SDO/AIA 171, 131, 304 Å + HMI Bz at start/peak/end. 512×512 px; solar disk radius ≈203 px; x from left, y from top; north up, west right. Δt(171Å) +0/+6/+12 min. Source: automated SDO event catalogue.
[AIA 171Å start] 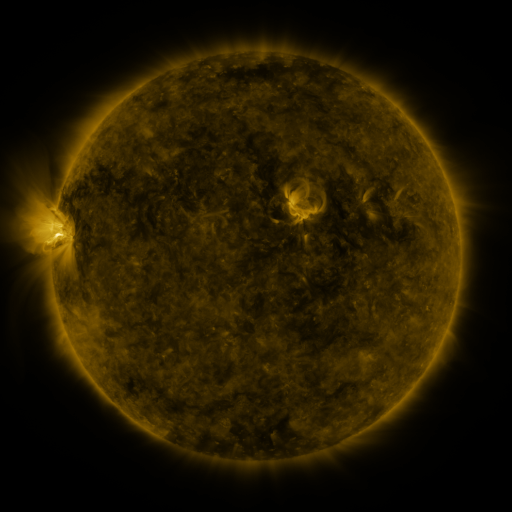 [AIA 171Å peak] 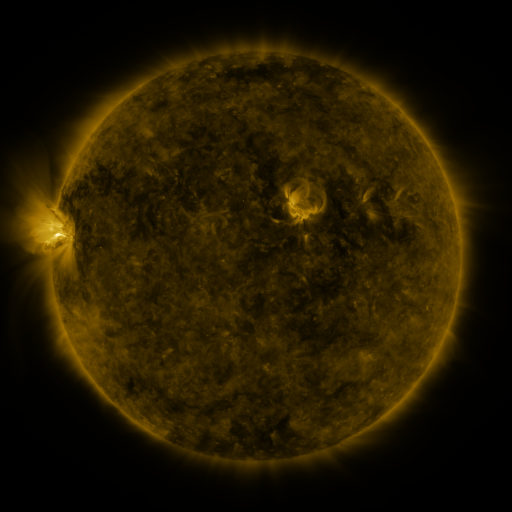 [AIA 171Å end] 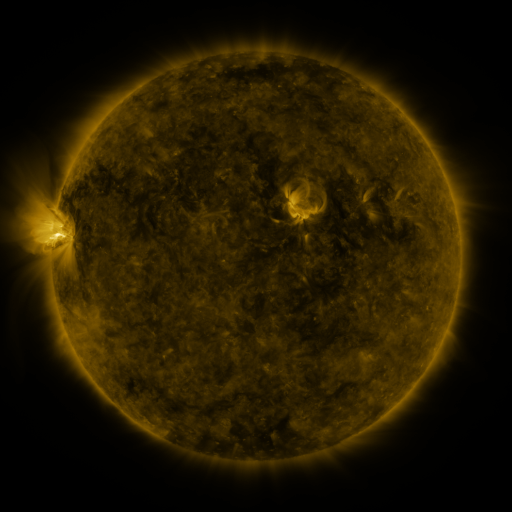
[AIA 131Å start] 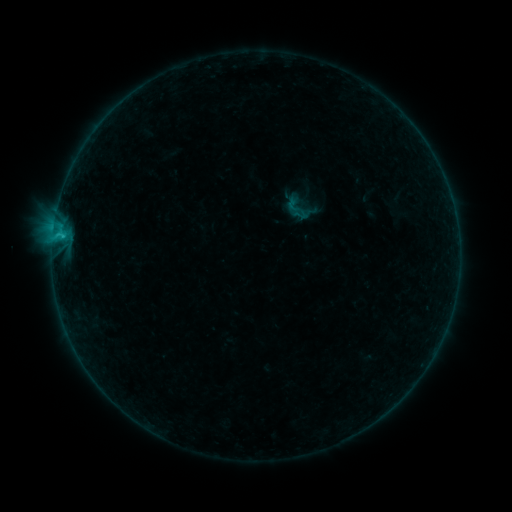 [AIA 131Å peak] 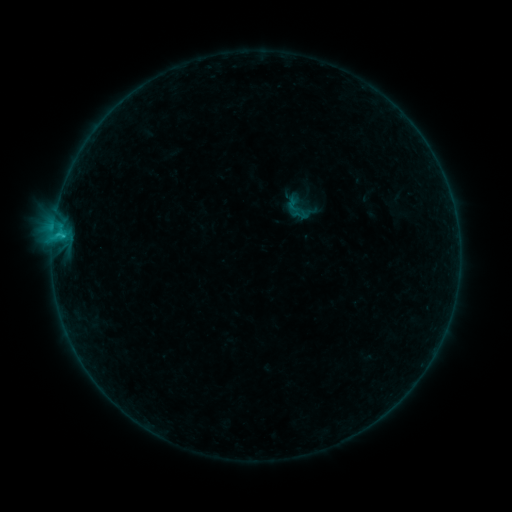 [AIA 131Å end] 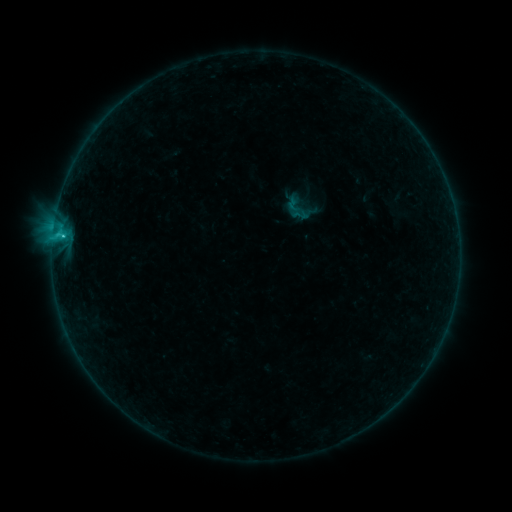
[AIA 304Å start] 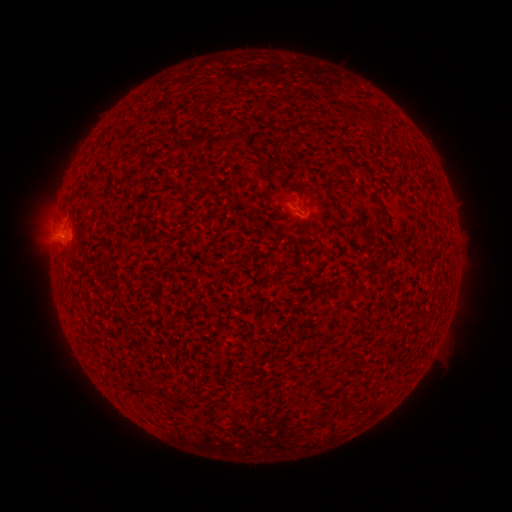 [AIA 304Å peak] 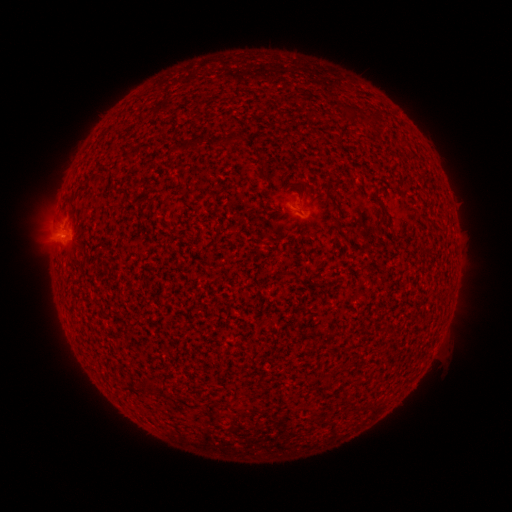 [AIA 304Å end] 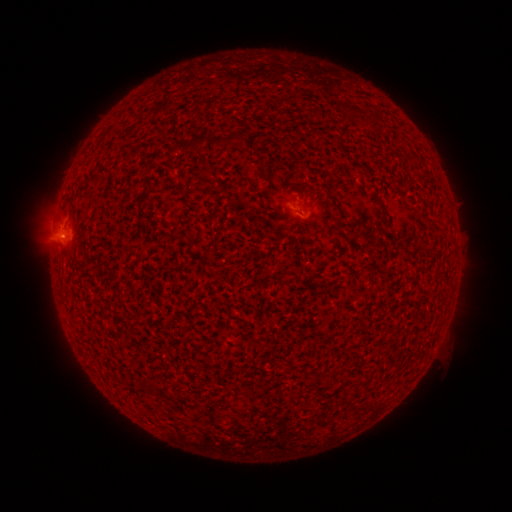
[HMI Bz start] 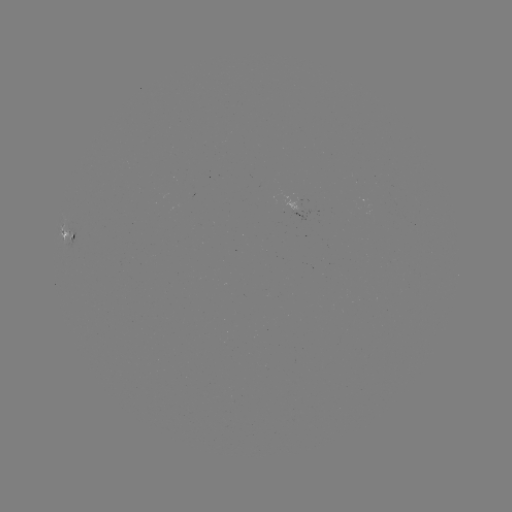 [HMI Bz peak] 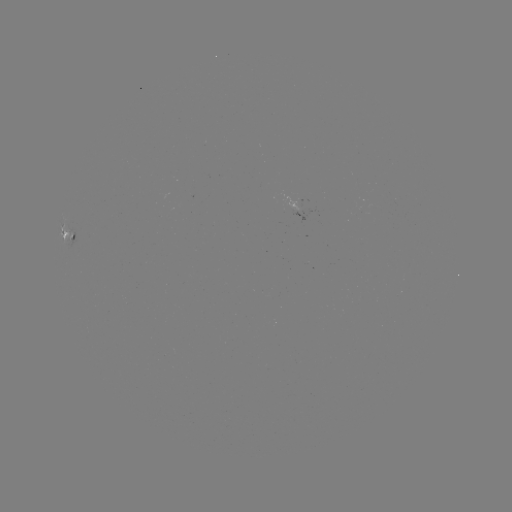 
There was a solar flare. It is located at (64, 237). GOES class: B8.5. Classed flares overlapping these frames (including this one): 1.